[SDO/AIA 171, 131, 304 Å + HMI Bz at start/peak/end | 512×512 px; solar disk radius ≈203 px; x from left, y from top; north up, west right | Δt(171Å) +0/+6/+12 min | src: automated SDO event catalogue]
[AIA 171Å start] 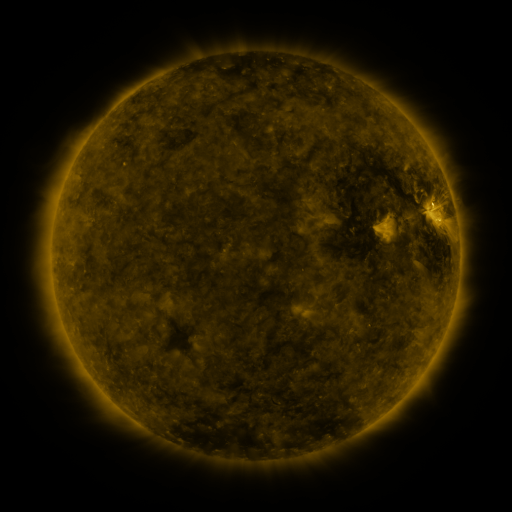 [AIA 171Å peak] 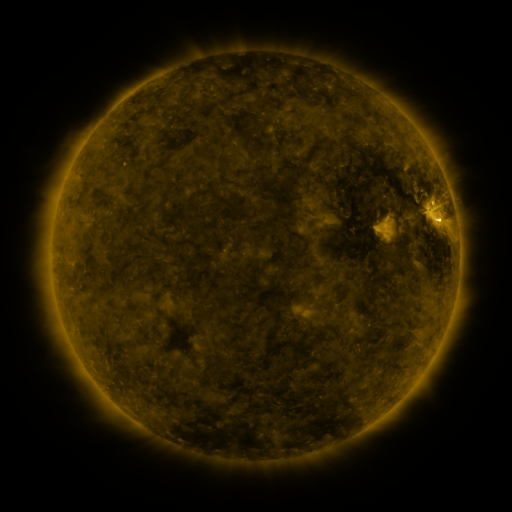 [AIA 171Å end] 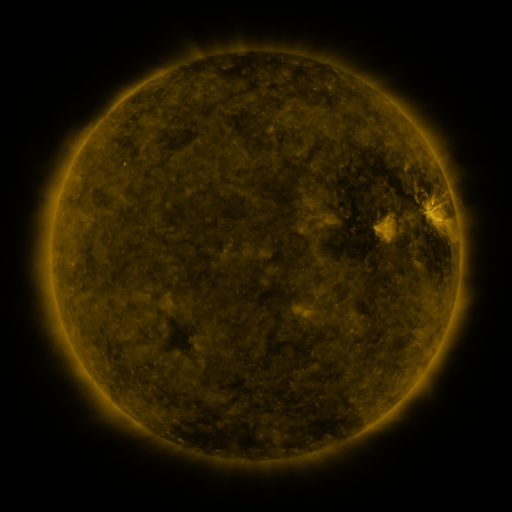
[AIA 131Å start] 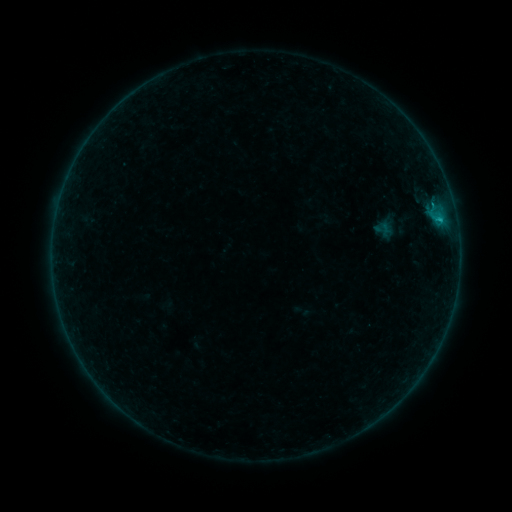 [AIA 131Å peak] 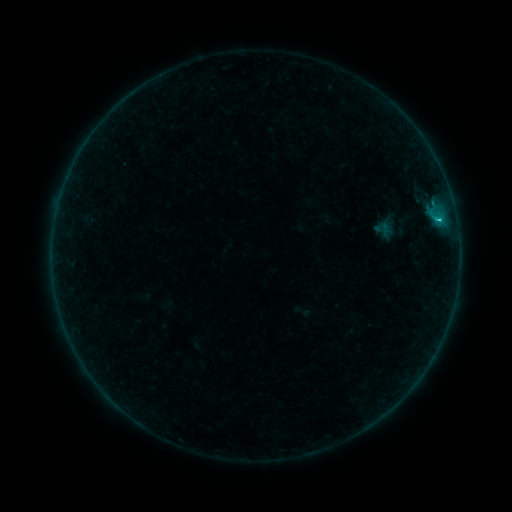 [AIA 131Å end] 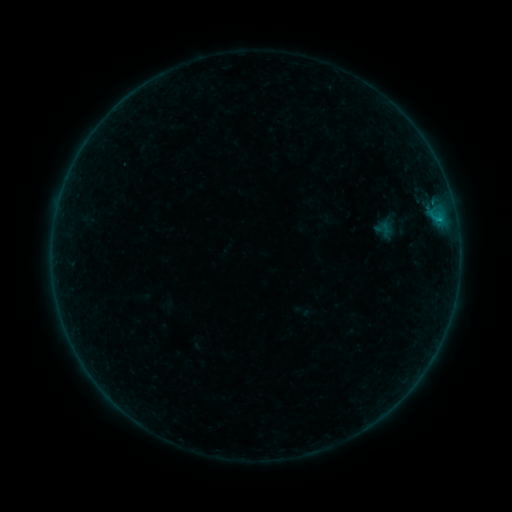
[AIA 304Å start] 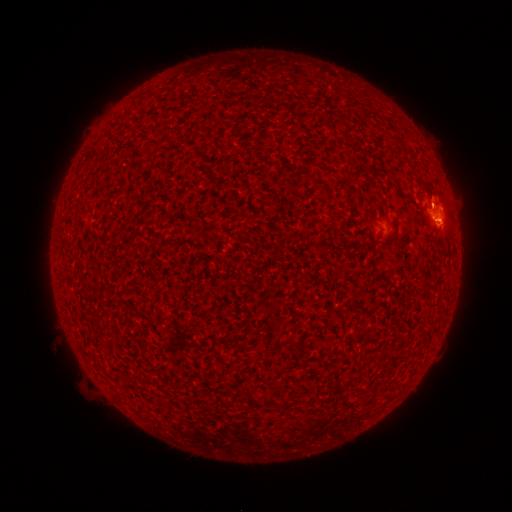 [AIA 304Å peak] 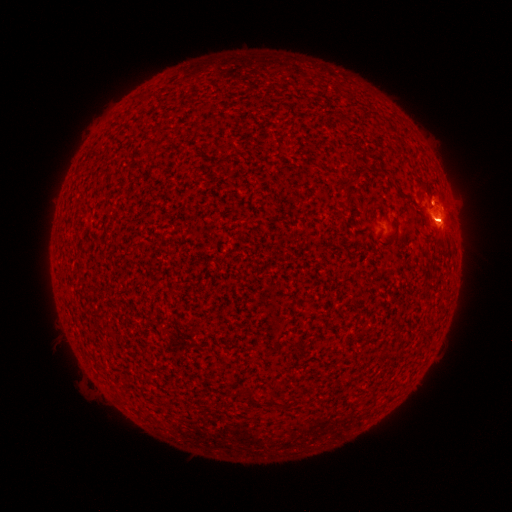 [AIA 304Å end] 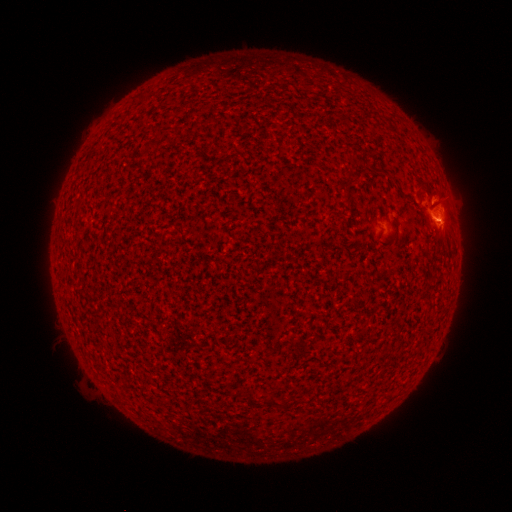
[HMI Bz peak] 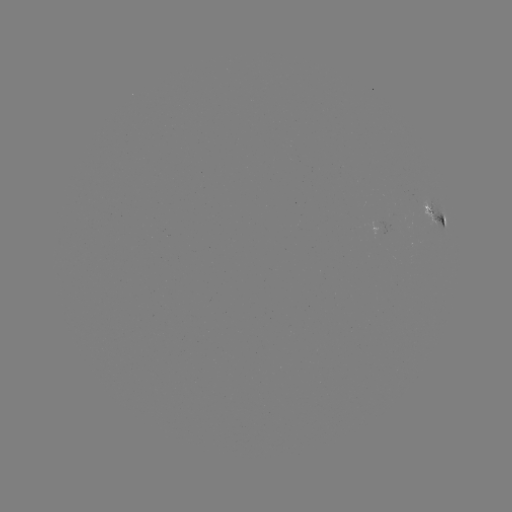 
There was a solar flare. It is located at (437, 220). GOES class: B6.1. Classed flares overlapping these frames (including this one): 1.